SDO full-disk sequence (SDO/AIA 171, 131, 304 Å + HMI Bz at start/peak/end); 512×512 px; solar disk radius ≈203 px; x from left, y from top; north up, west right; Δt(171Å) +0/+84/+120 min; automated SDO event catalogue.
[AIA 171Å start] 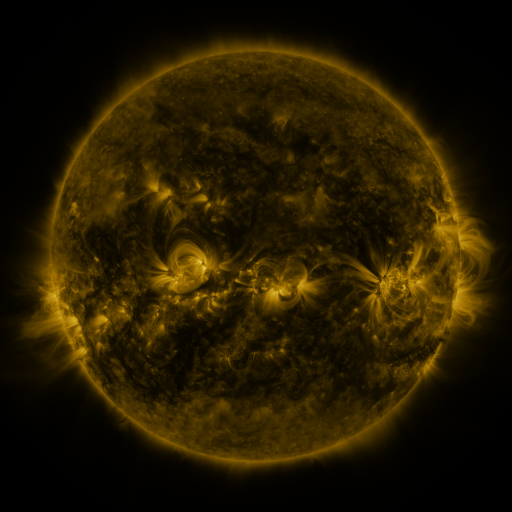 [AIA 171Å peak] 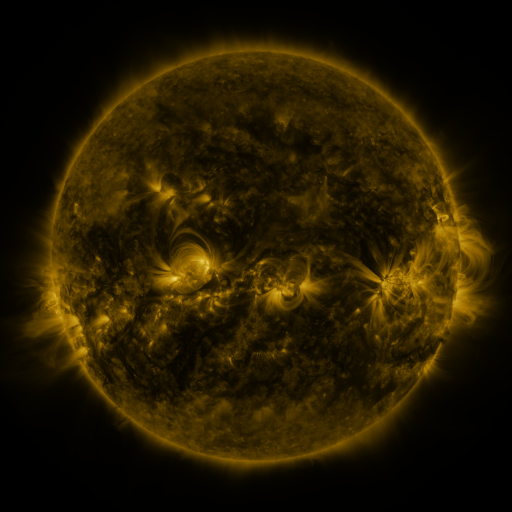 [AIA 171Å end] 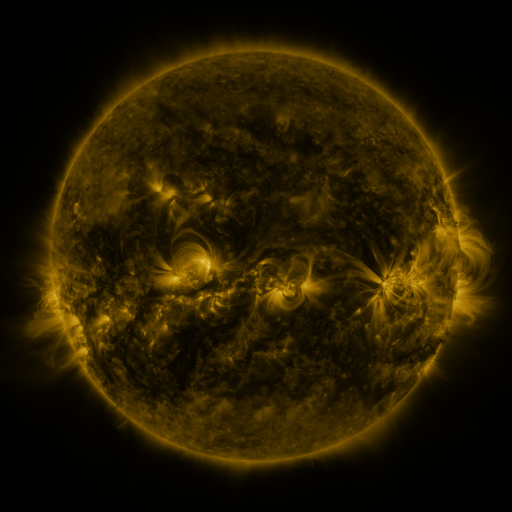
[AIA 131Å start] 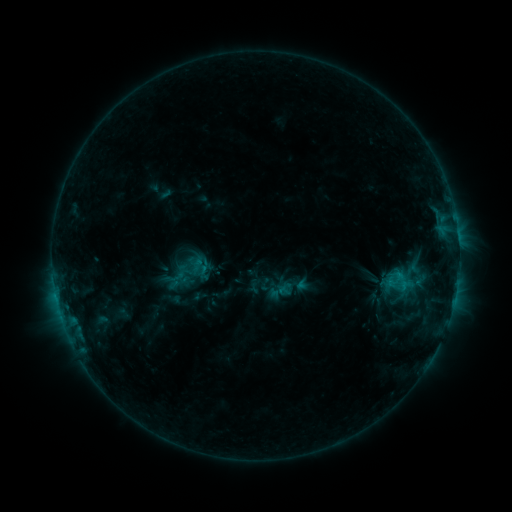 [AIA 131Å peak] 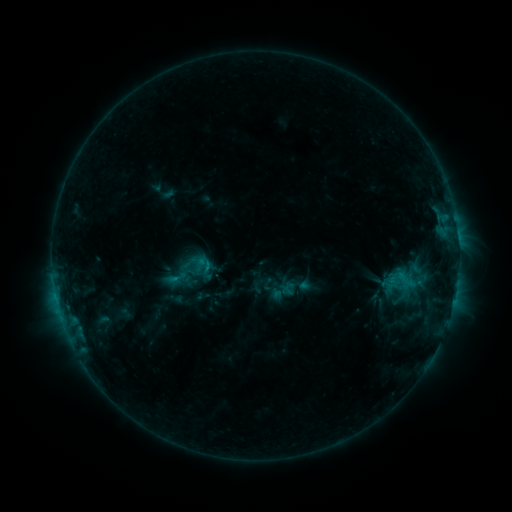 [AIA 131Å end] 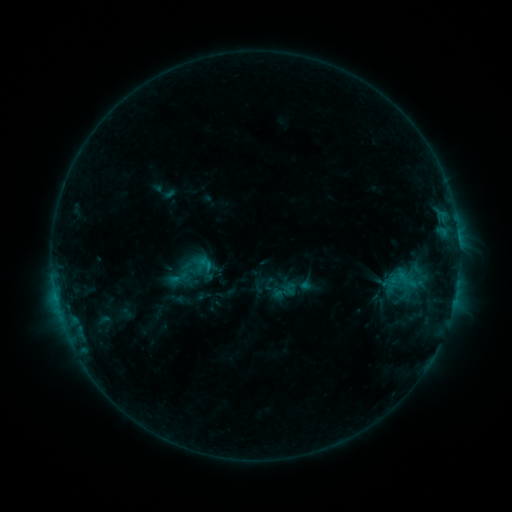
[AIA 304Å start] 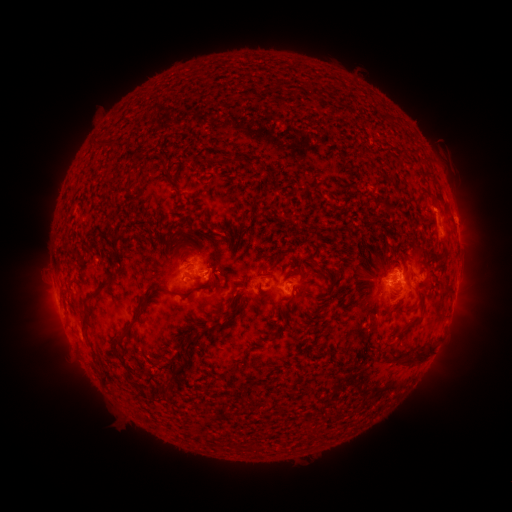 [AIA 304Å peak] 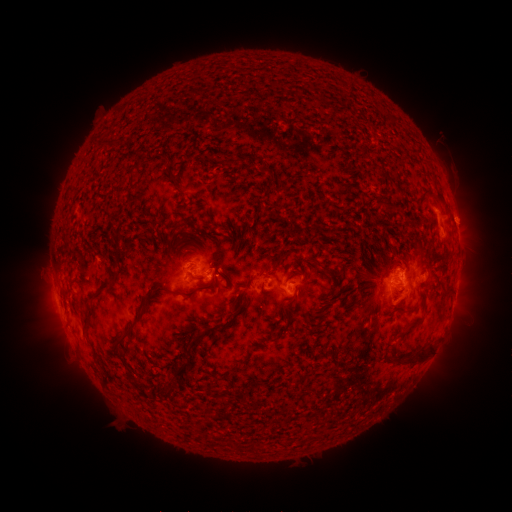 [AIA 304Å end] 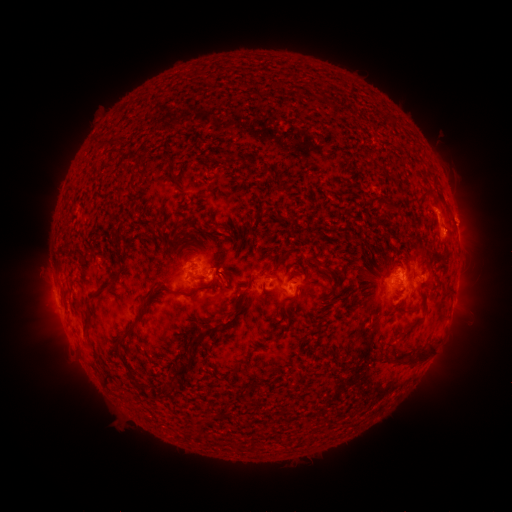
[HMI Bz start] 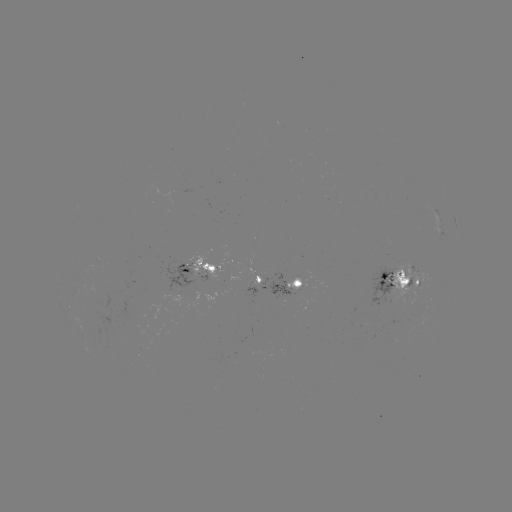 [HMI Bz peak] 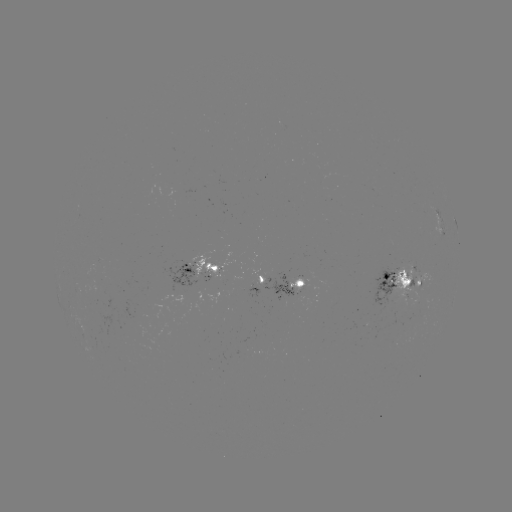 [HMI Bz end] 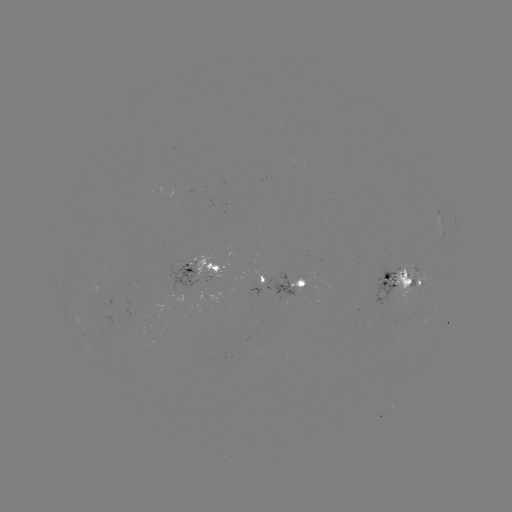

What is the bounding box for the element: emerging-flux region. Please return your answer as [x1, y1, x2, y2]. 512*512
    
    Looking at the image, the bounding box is [114, 303, 144, 324].